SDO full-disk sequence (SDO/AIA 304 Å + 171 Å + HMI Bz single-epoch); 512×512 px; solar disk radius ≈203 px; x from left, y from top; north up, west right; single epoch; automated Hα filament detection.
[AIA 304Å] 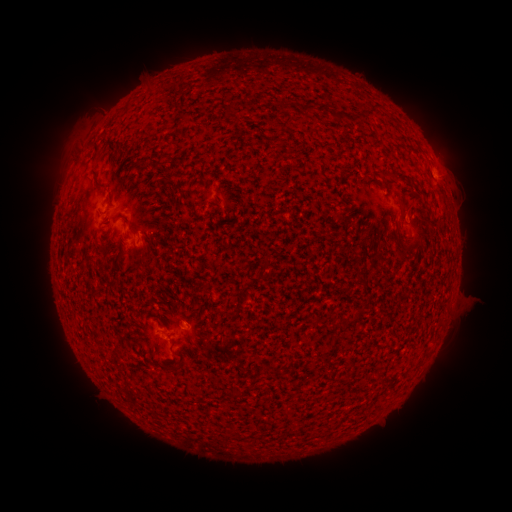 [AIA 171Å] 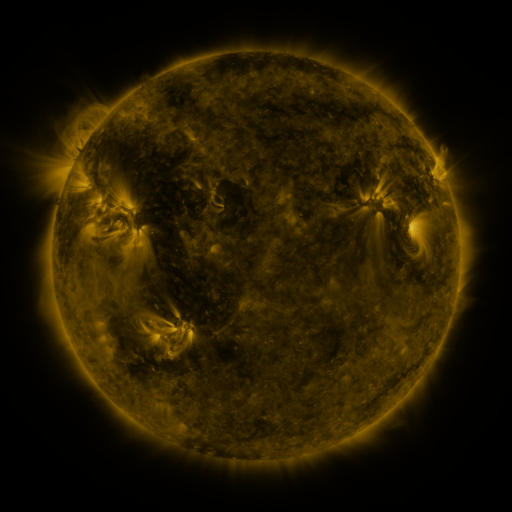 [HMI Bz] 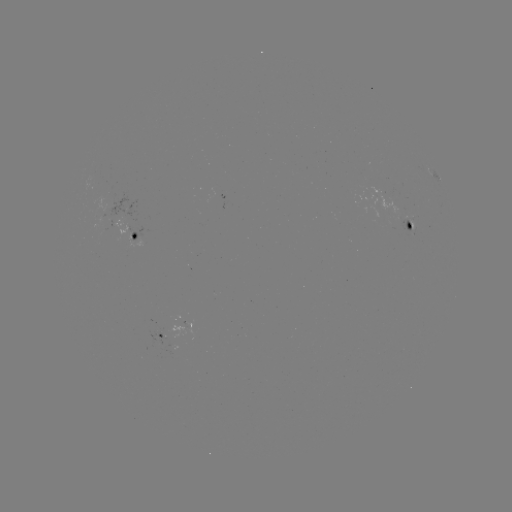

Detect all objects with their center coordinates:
filament: [229, 101, 237, 115]
filament: [303, 105, 315, 116]
filament: [336, 113, 346, 123]
filament: [93, 139, 101, 153]
filament: [133, 154, 152, 168]
filament: [91, 167, 105, 187]
filament: [397, 174, 413, 186]
filament: [396, 200, 405, 213]
filament: [135, 245, 147, 256]
filament: [394, 248, 403, 262]
